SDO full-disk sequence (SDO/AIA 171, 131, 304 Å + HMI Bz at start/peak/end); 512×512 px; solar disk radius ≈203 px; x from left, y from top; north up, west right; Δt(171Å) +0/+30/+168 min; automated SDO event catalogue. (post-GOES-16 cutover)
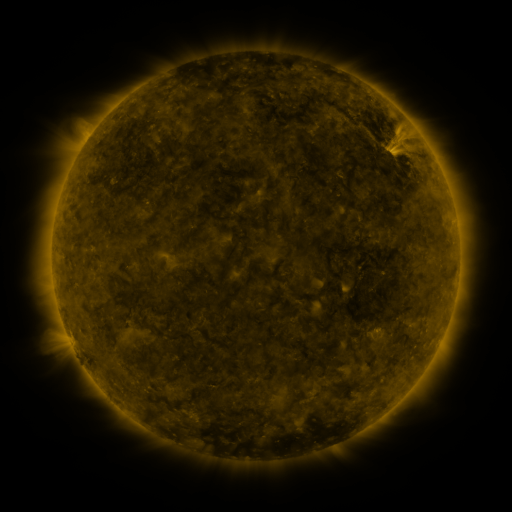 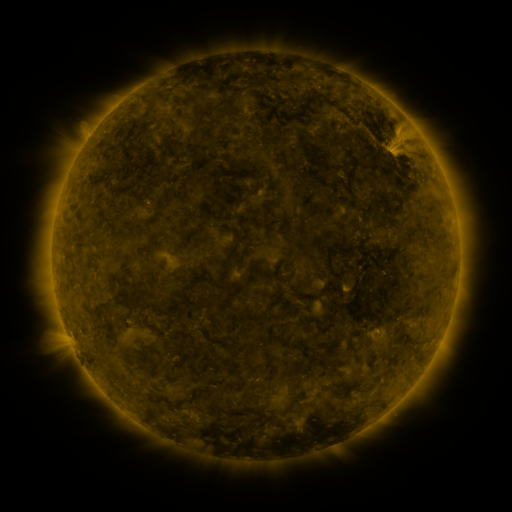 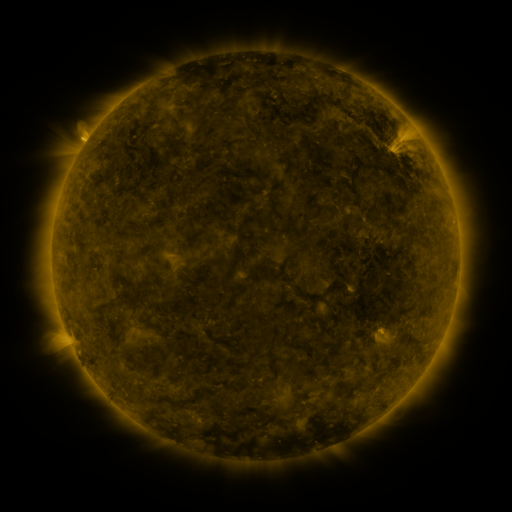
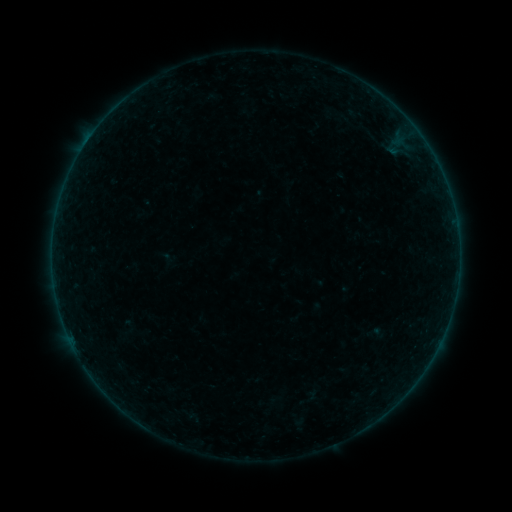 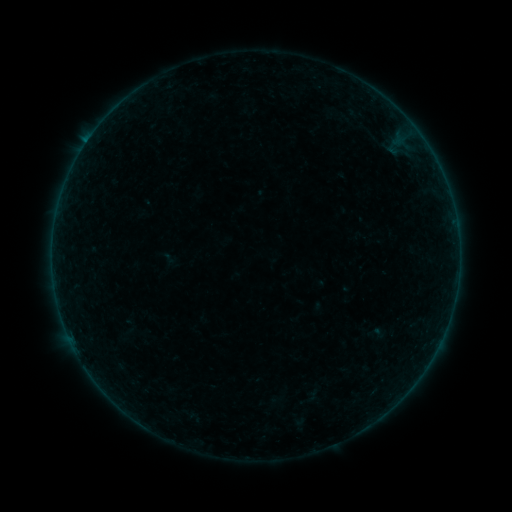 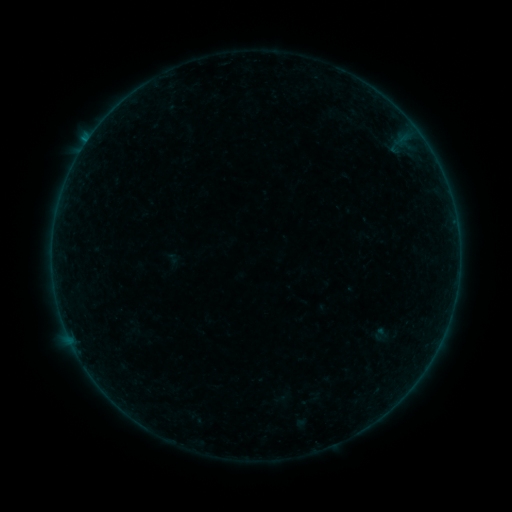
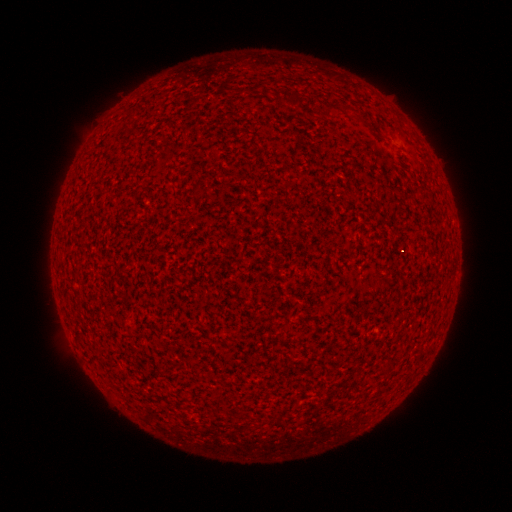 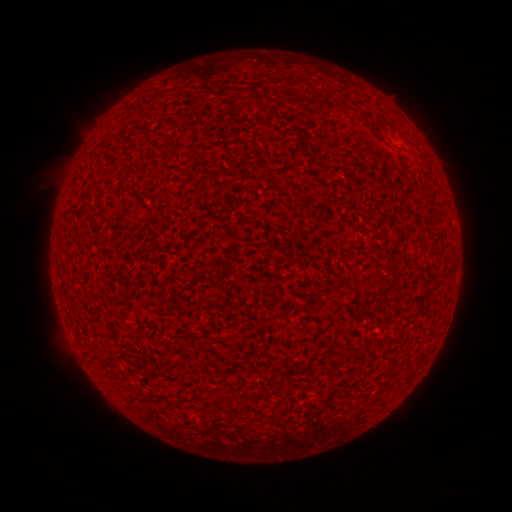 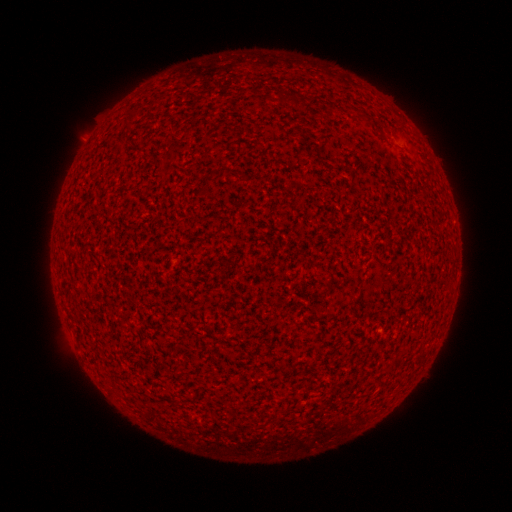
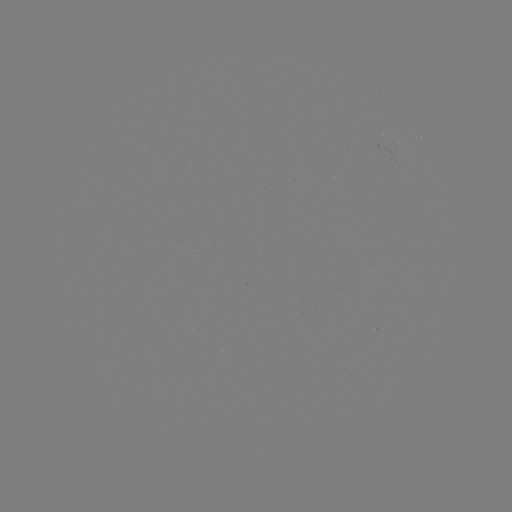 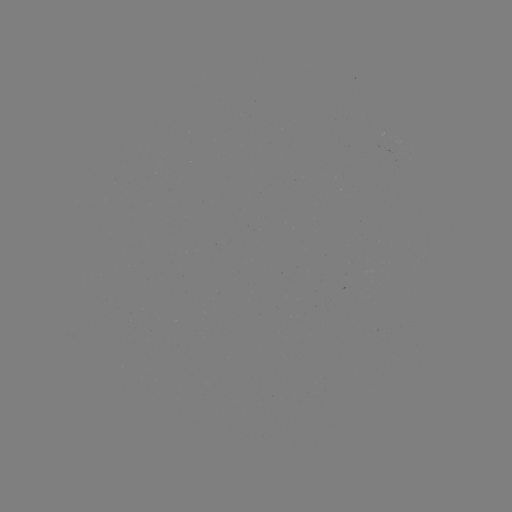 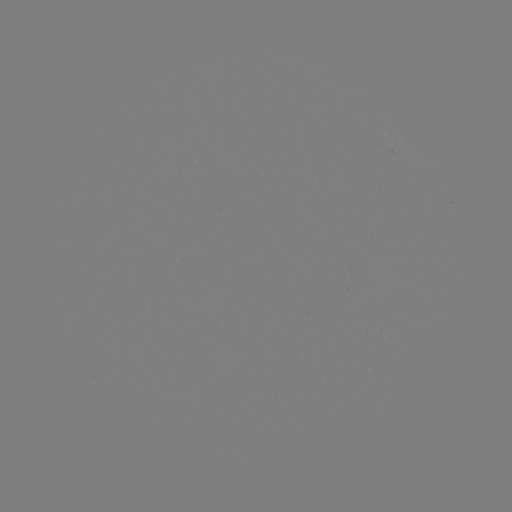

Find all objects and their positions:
B1.5 flare: (87, 142)
